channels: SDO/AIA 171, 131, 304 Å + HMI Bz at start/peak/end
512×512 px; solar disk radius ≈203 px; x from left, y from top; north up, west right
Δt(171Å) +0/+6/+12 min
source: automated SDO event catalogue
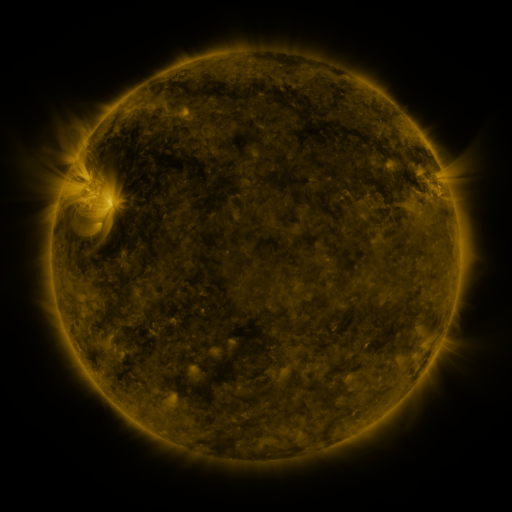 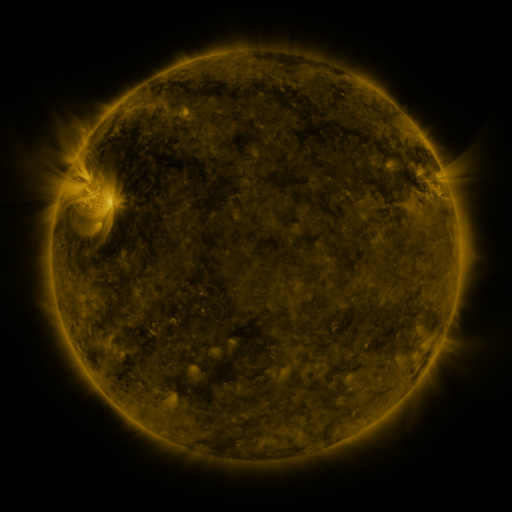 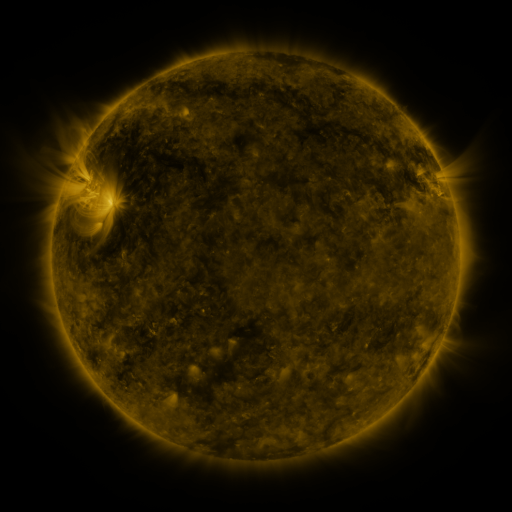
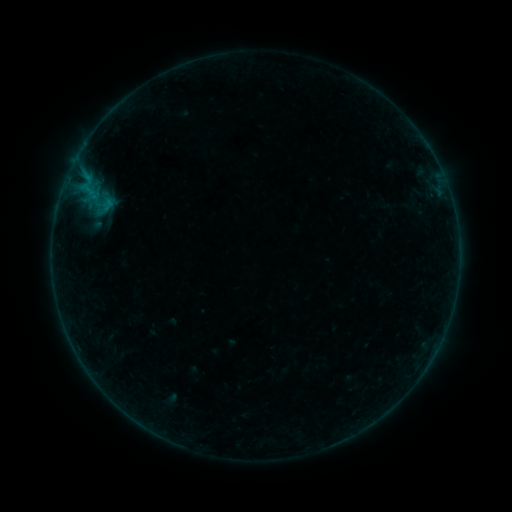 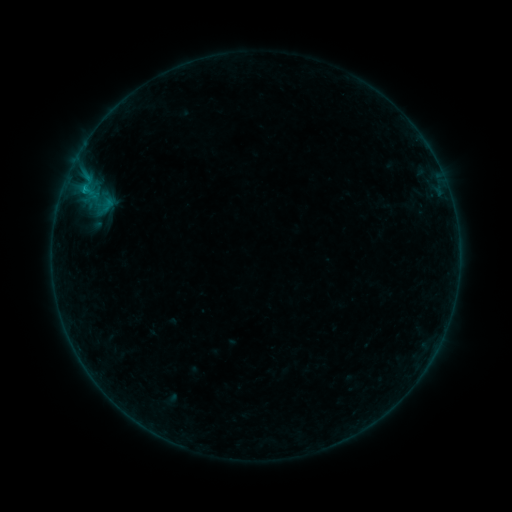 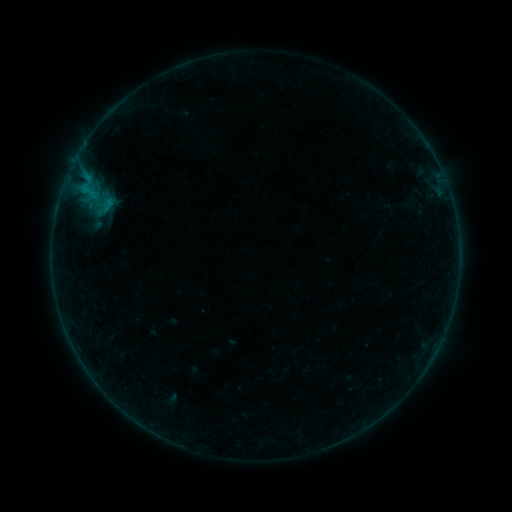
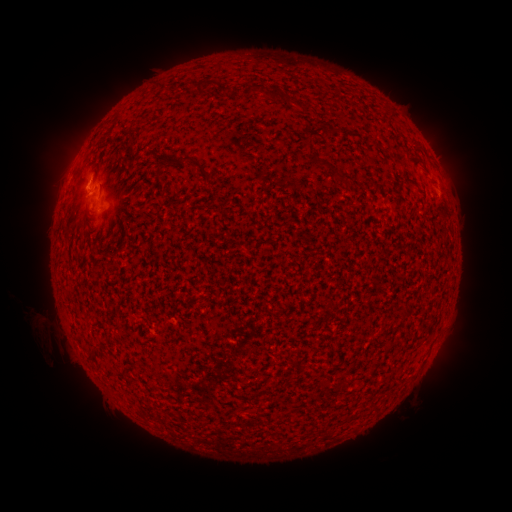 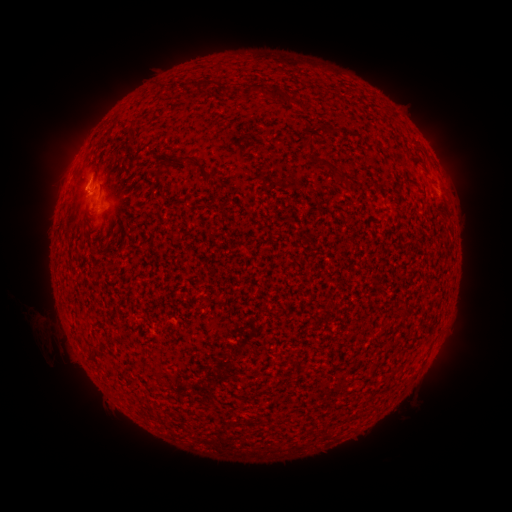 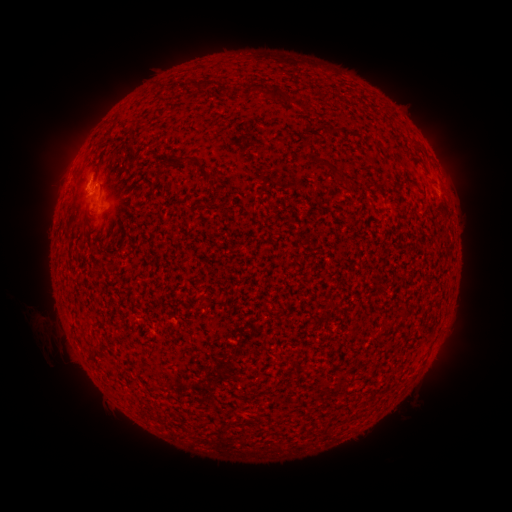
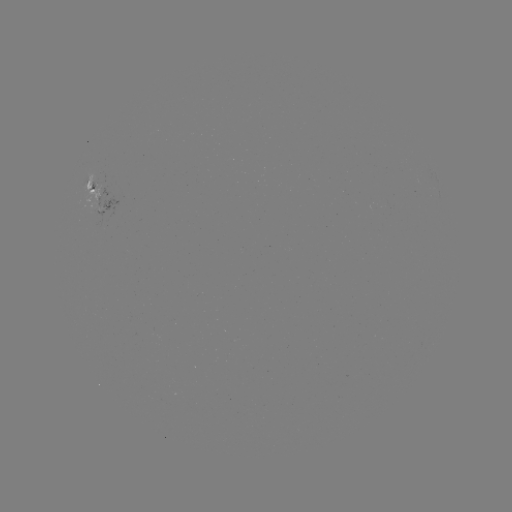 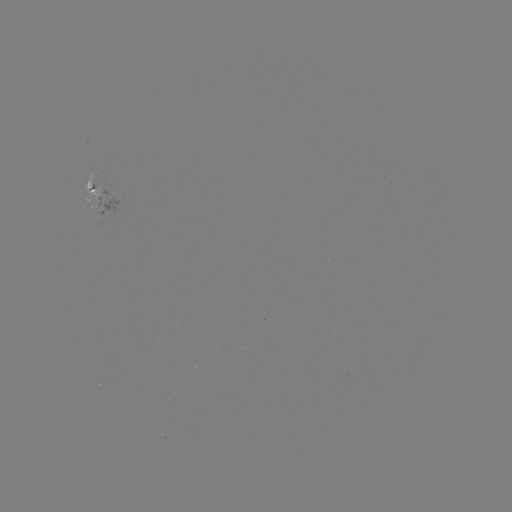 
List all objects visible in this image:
B2.9 flare: (95, 186)
